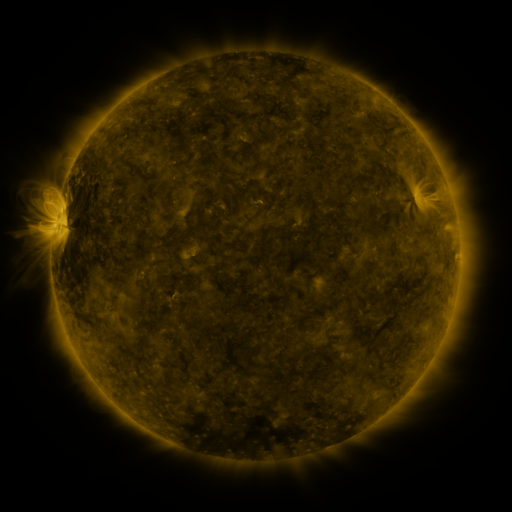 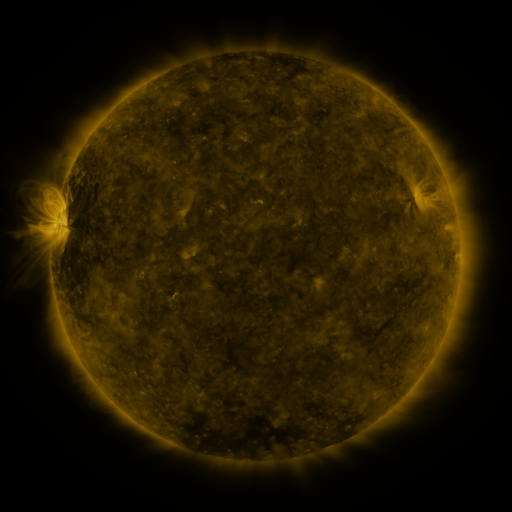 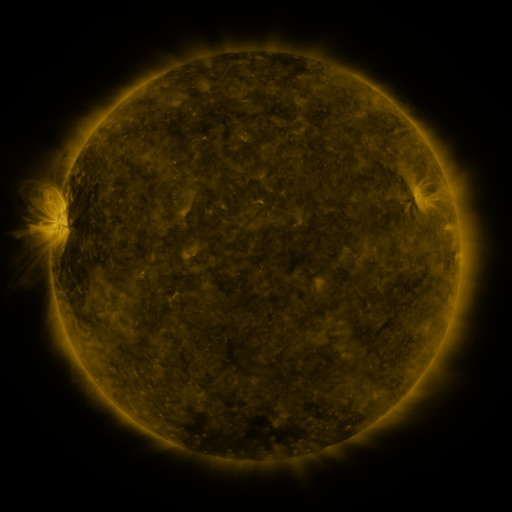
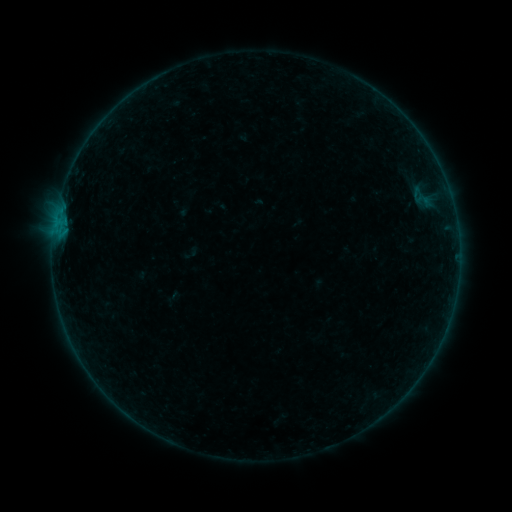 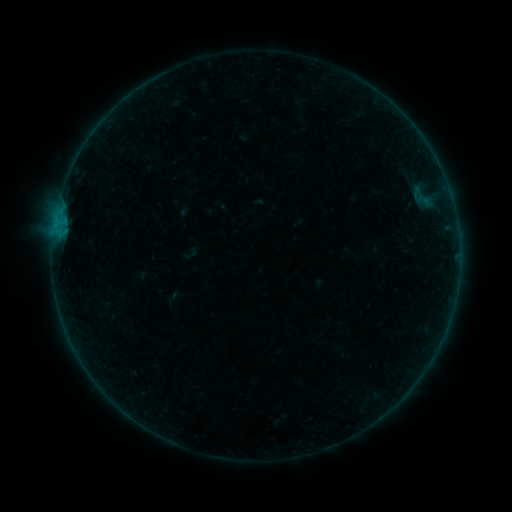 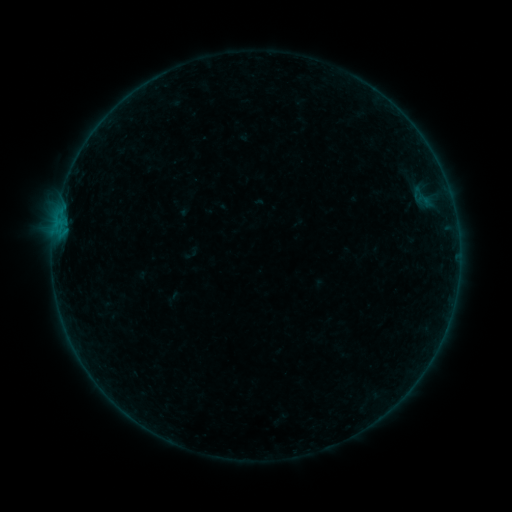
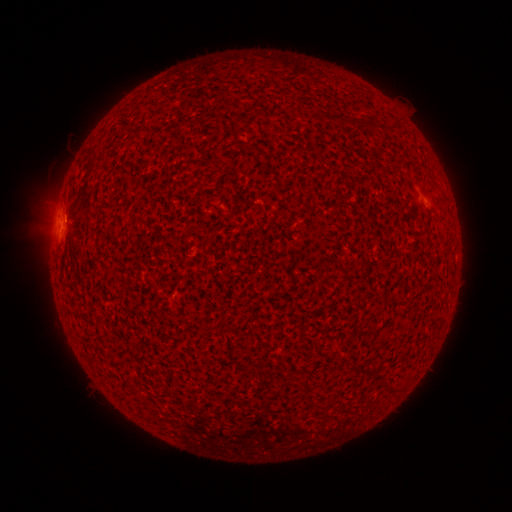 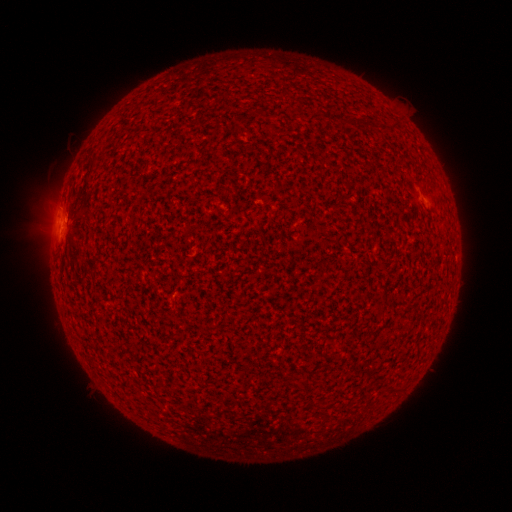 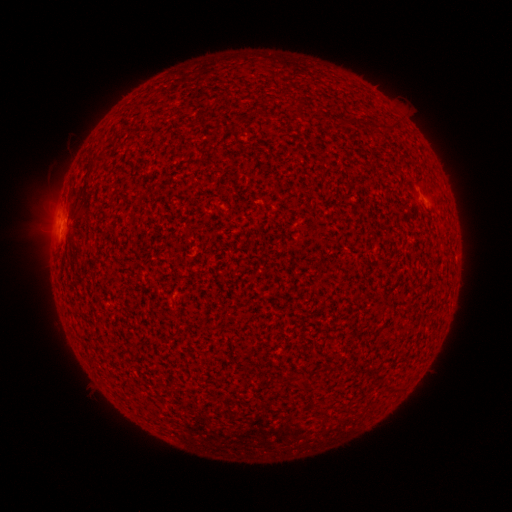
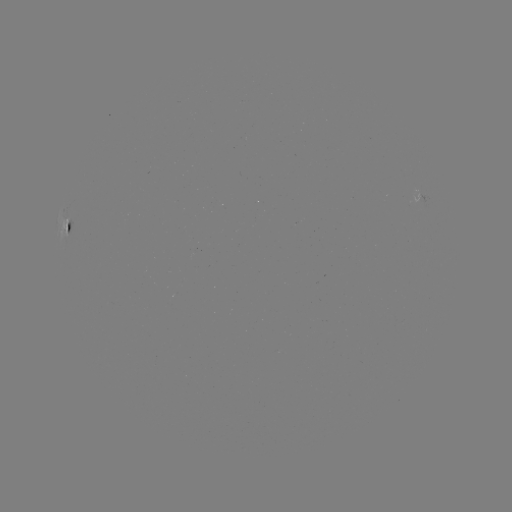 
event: flare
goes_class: B1.0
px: (65, 220)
